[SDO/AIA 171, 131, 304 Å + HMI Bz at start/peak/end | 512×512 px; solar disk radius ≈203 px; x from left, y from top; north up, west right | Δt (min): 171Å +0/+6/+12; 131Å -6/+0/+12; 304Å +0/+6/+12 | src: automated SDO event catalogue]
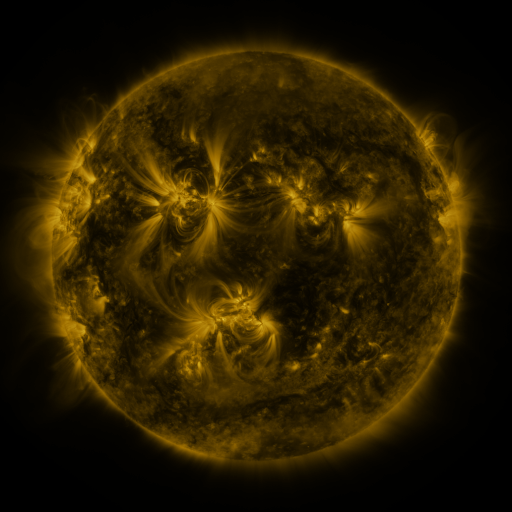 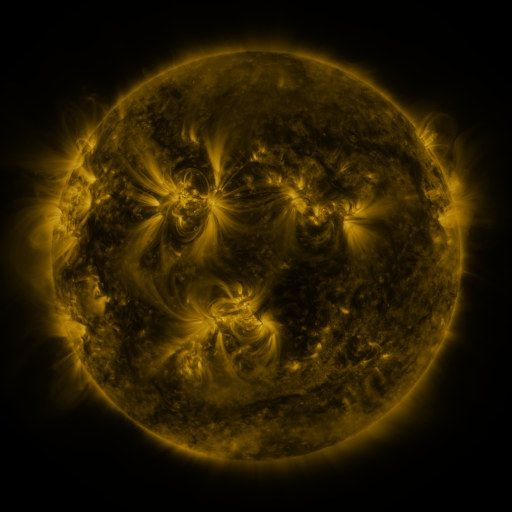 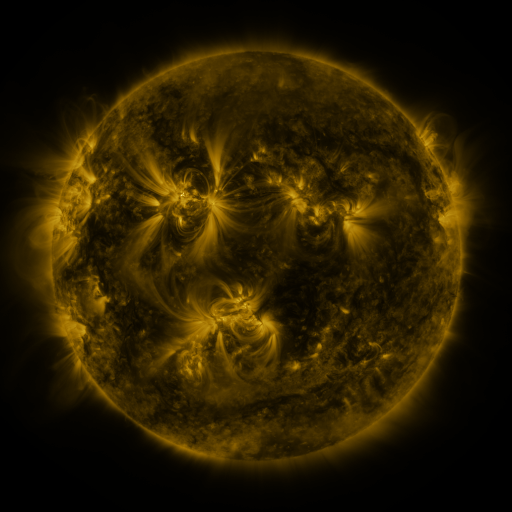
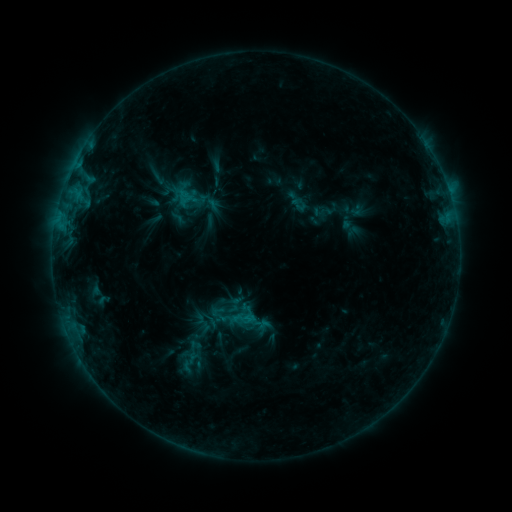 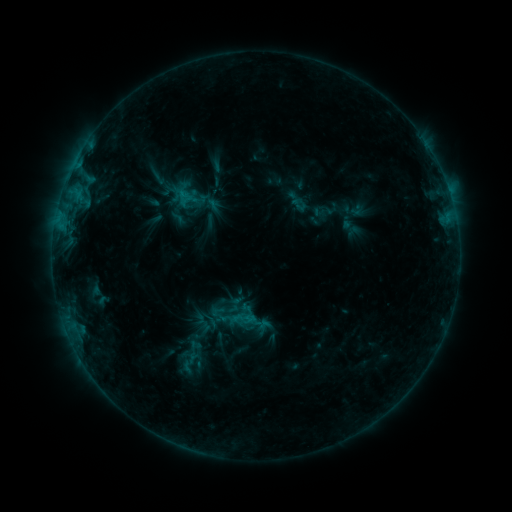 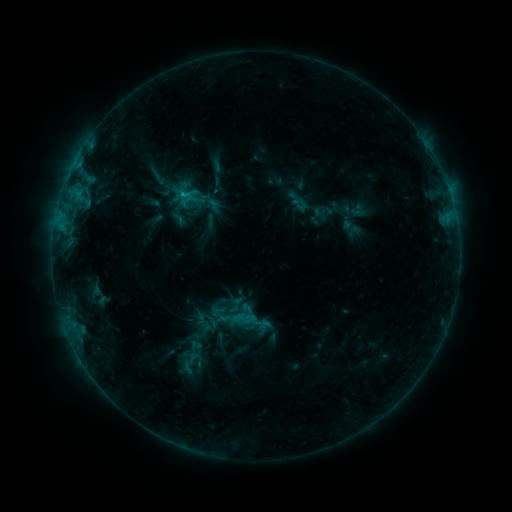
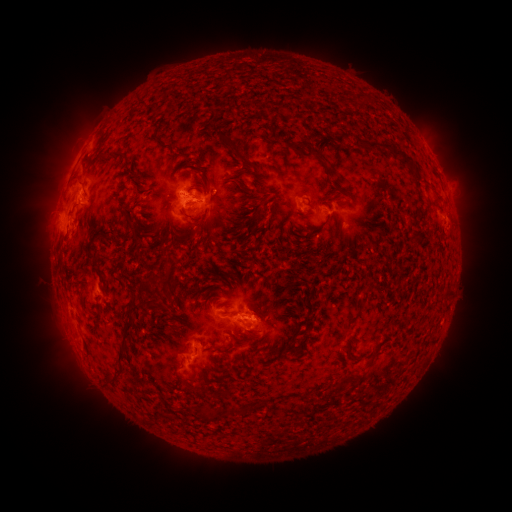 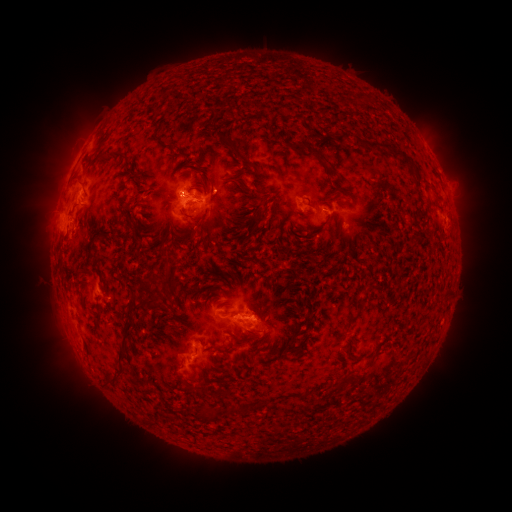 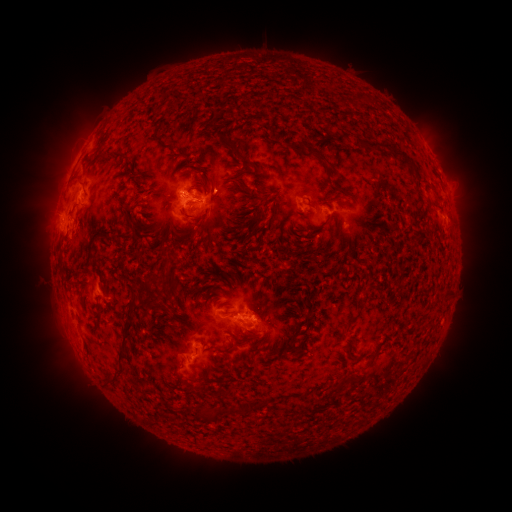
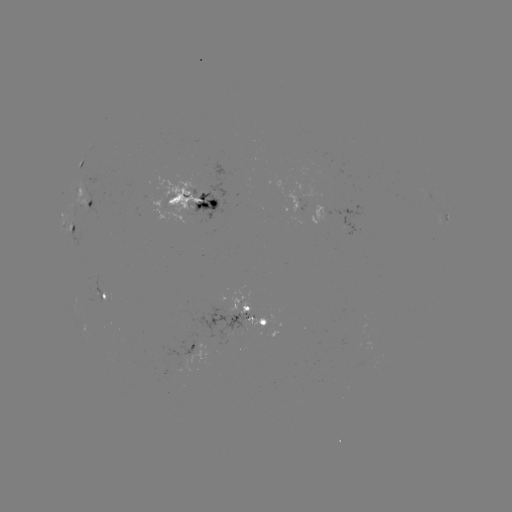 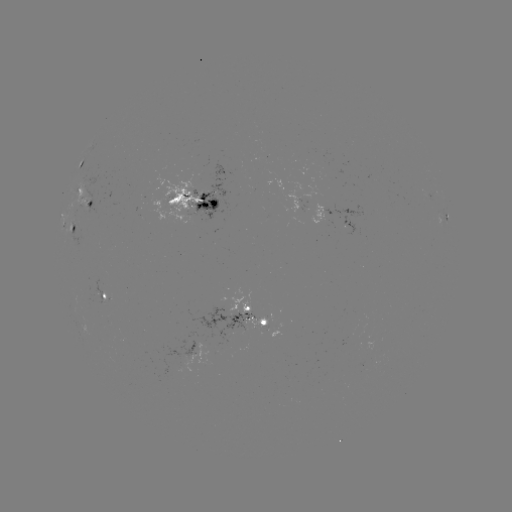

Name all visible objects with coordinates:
C2.3 flare: (184, 194)
